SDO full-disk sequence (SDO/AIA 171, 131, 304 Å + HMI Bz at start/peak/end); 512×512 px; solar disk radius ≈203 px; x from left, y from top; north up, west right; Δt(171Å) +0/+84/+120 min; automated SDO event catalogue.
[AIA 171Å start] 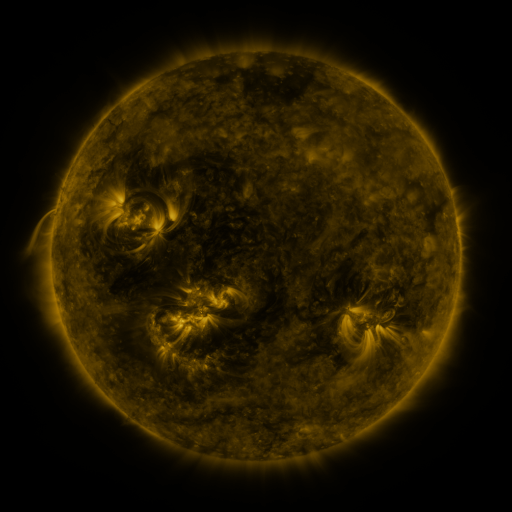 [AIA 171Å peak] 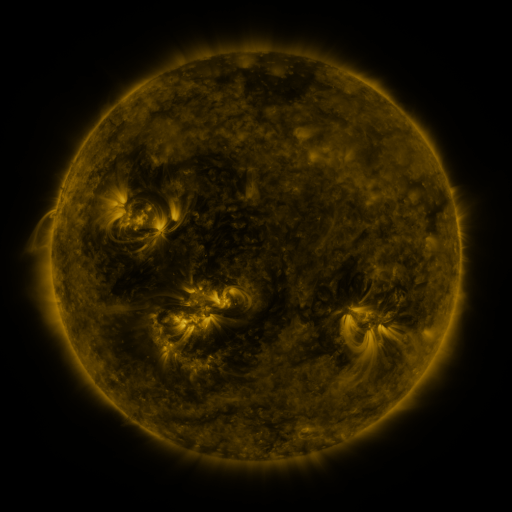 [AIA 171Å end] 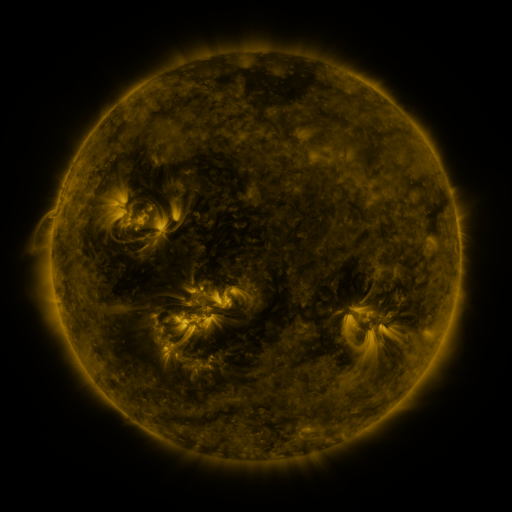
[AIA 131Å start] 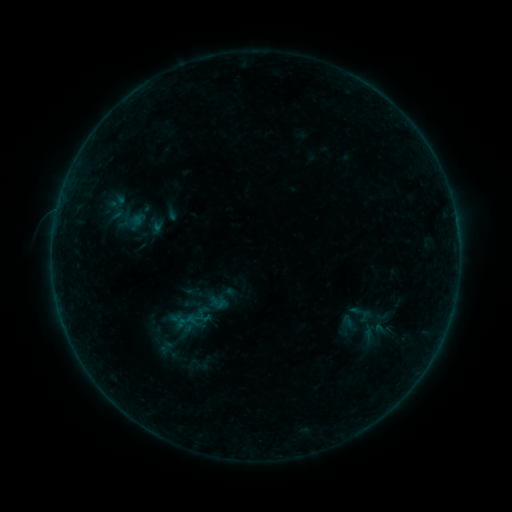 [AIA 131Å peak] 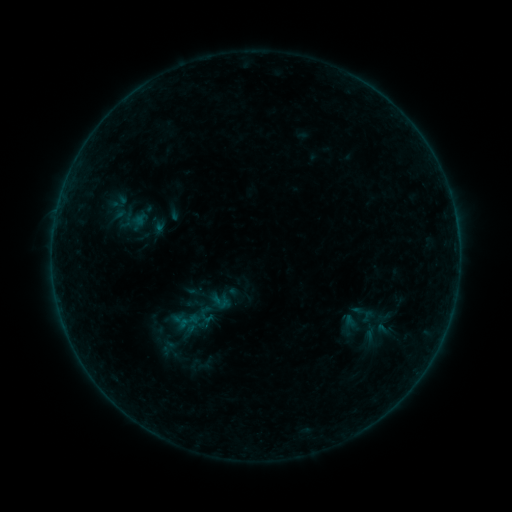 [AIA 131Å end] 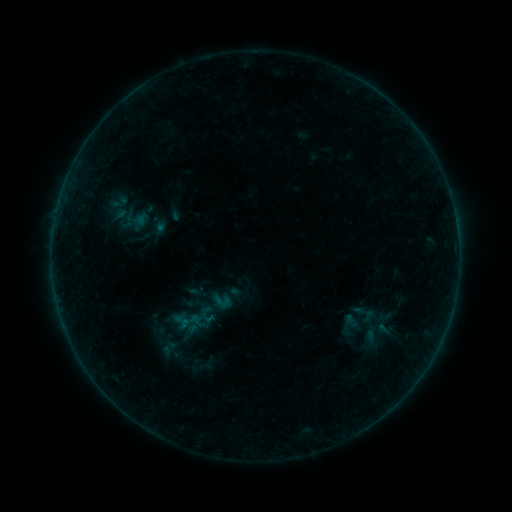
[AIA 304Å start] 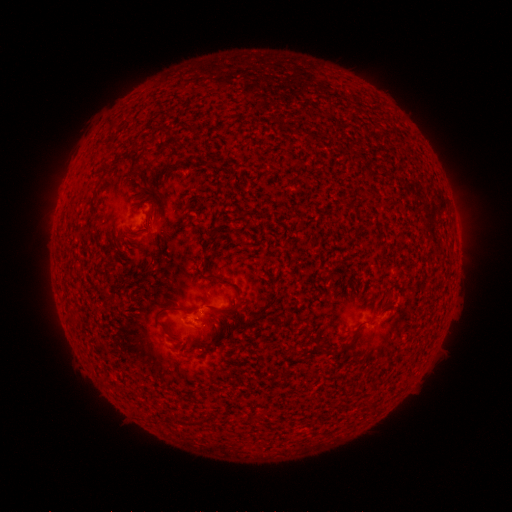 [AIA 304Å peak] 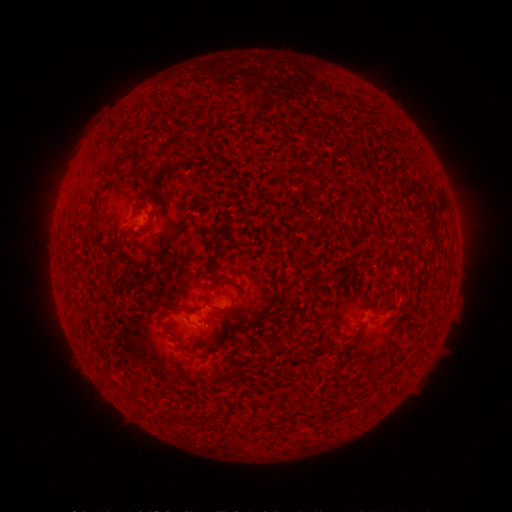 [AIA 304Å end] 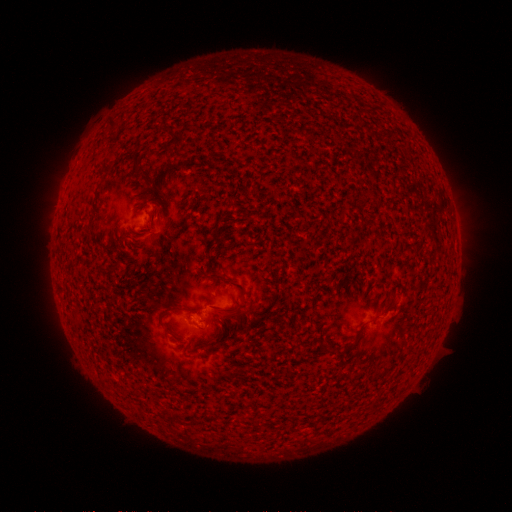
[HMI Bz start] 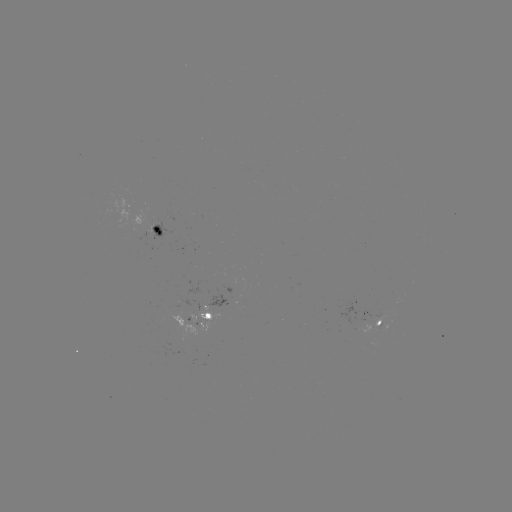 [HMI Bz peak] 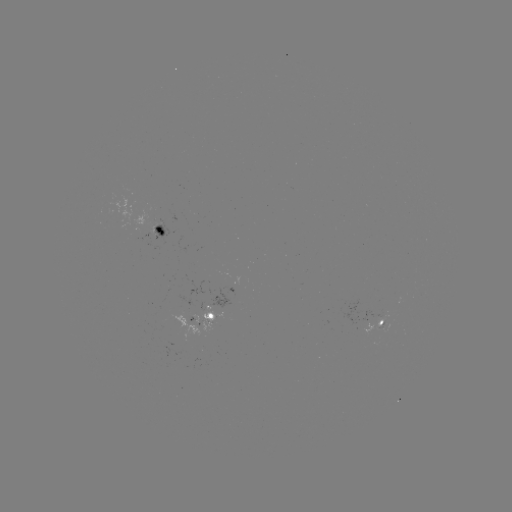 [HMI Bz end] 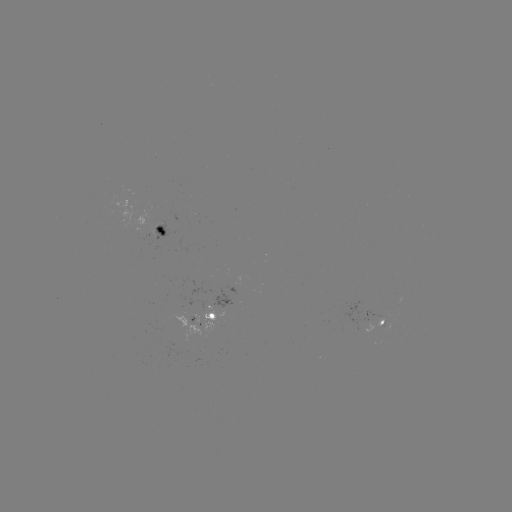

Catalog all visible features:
emerging-flux region: (367, 317)
